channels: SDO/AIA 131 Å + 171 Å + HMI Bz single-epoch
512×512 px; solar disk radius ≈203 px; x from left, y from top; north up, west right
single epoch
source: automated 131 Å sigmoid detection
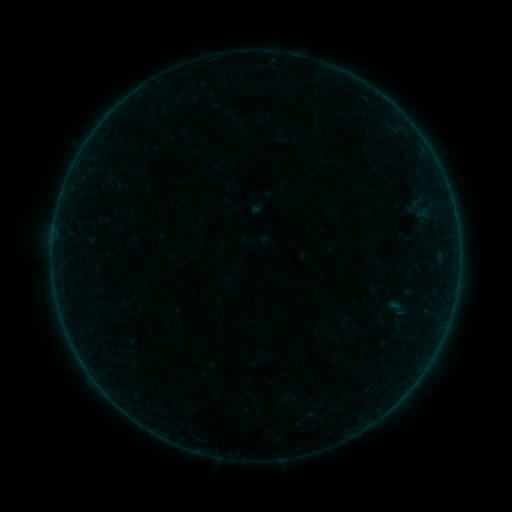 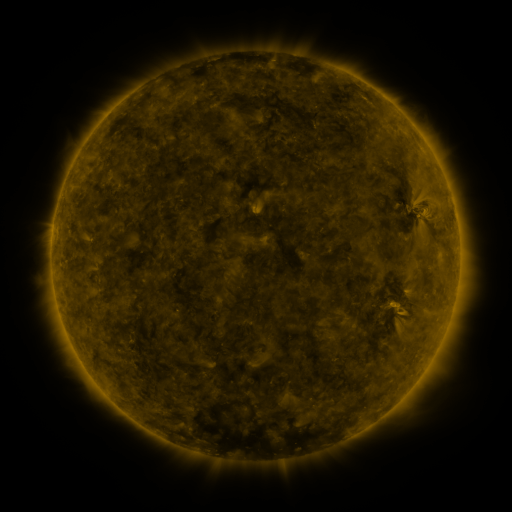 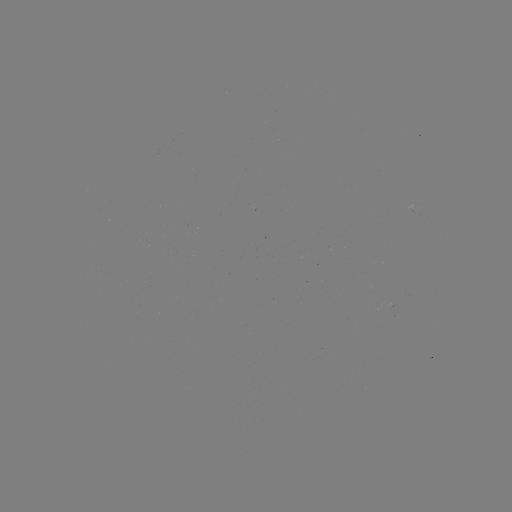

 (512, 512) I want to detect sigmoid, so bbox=[387, 297, 405, 319].